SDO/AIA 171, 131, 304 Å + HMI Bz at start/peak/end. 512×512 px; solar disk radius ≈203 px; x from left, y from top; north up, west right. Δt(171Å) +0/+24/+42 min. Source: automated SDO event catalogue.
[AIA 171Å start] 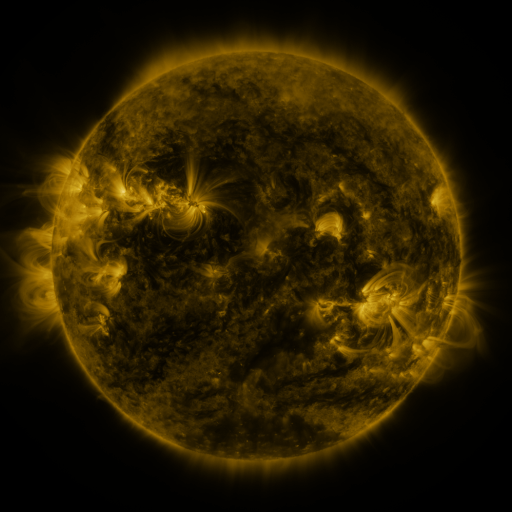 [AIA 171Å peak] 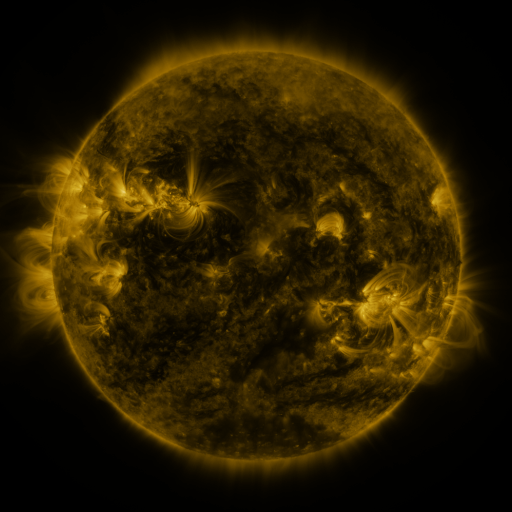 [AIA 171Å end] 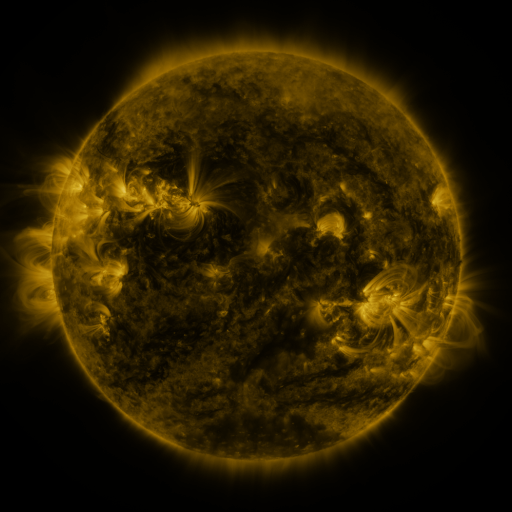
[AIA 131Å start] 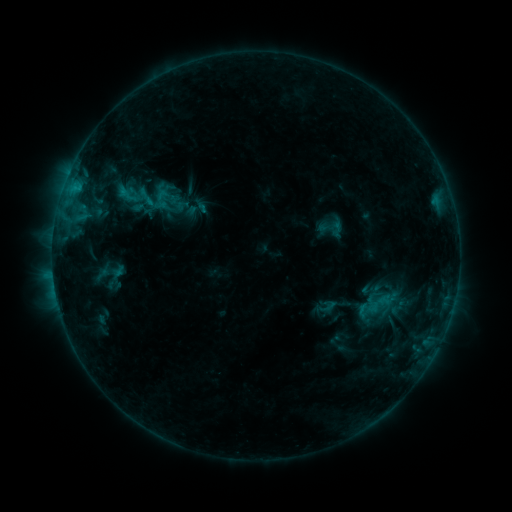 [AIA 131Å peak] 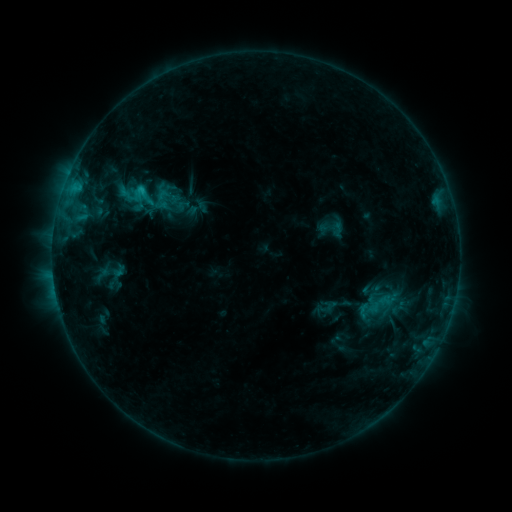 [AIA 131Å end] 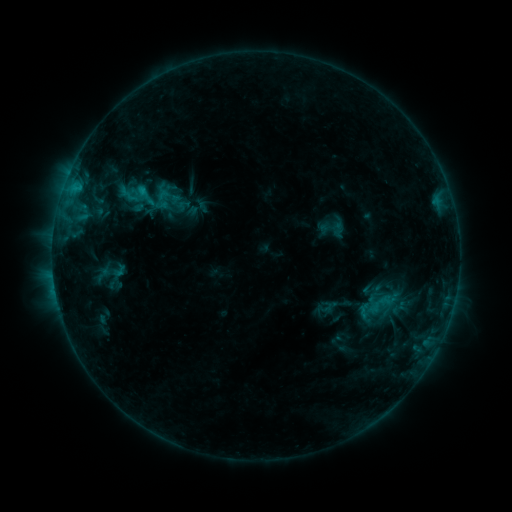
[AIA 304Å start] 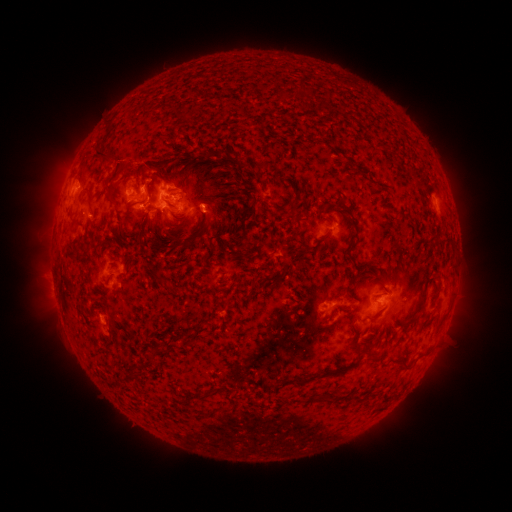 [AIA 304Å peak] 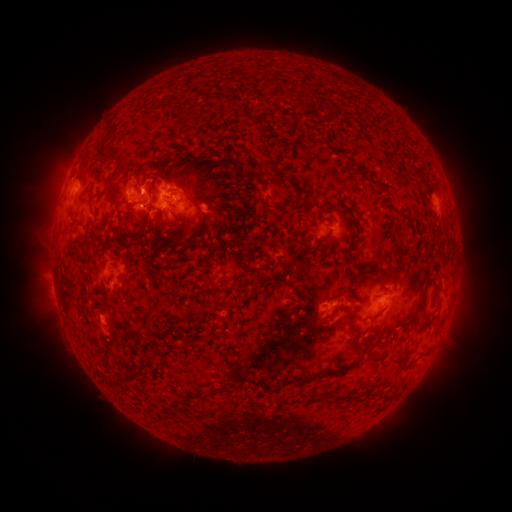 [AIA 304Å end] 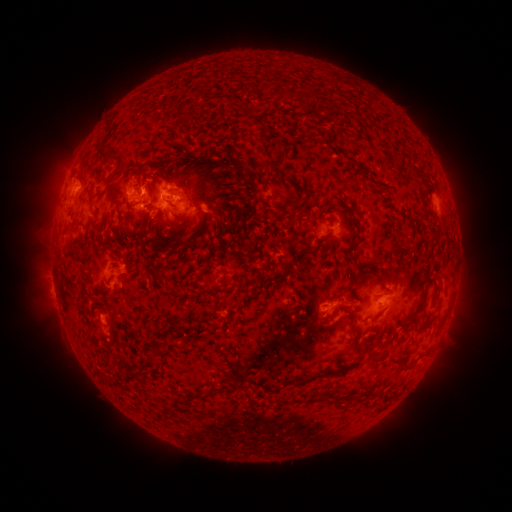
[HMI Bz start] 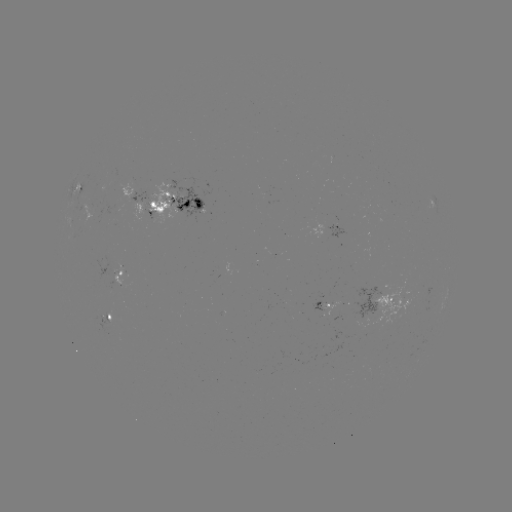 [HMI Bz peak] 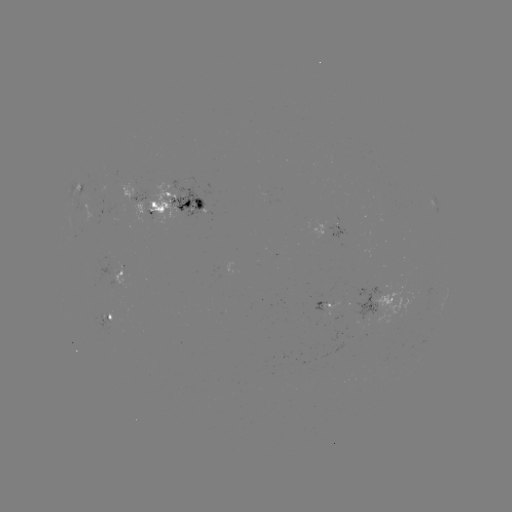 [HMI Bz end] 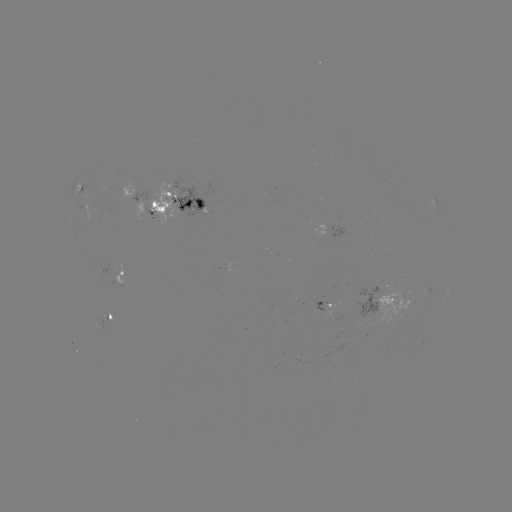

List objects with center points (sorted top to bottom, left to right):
C1.1 flare: (143, 190)
